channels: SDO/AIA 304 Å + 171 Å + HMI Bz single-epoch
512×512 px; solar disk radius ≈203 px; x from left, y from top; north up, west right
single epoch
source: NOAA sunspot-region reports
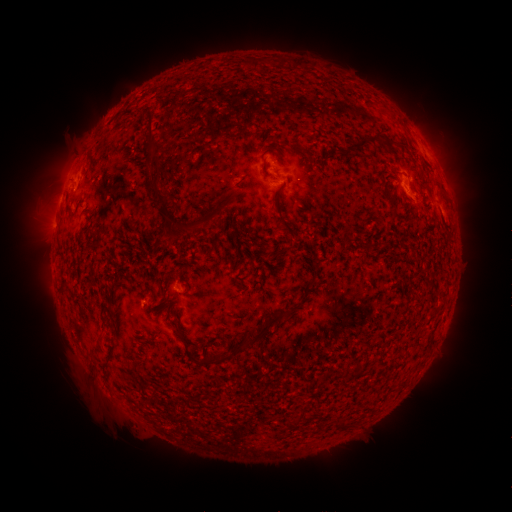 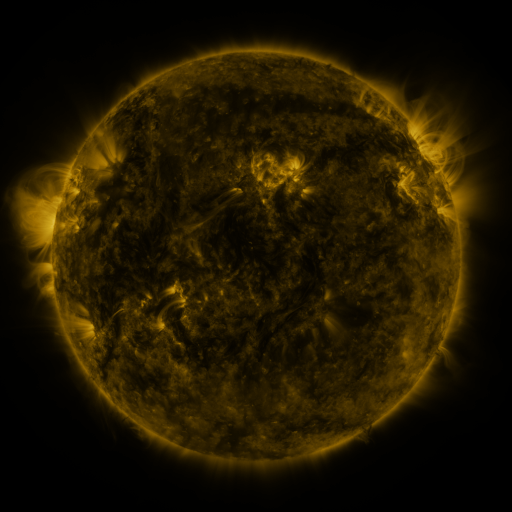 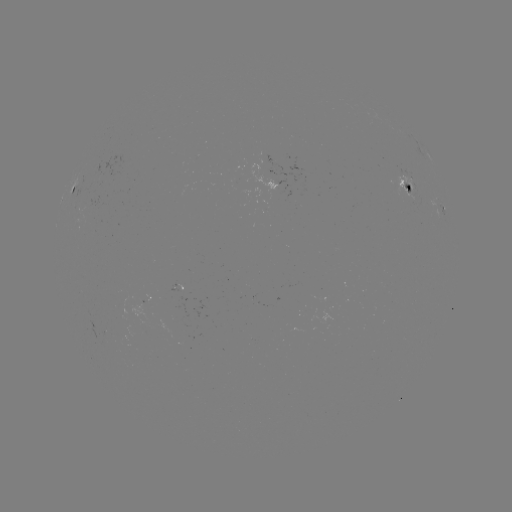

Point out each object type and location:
spotted active region: (276, 182)
spotted active region: (74, 185)
spotted active region: (411, 188)
spotted active region: (444, 209)
